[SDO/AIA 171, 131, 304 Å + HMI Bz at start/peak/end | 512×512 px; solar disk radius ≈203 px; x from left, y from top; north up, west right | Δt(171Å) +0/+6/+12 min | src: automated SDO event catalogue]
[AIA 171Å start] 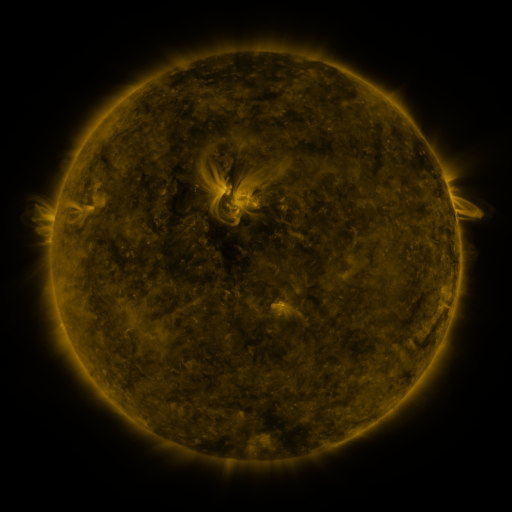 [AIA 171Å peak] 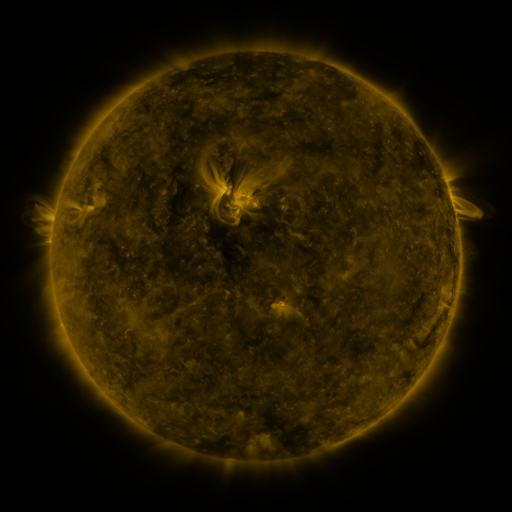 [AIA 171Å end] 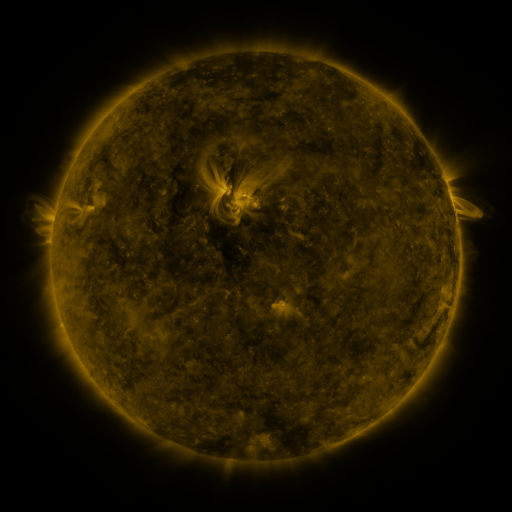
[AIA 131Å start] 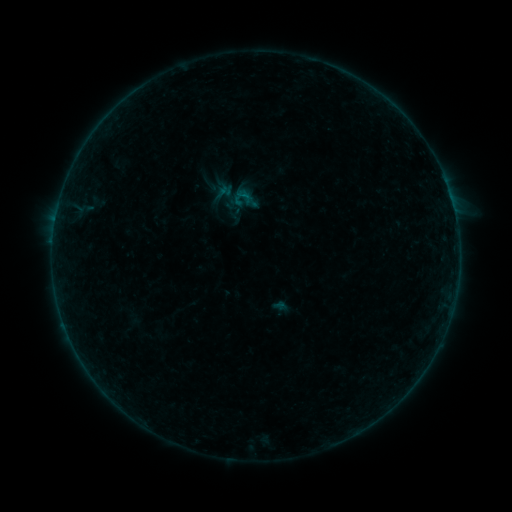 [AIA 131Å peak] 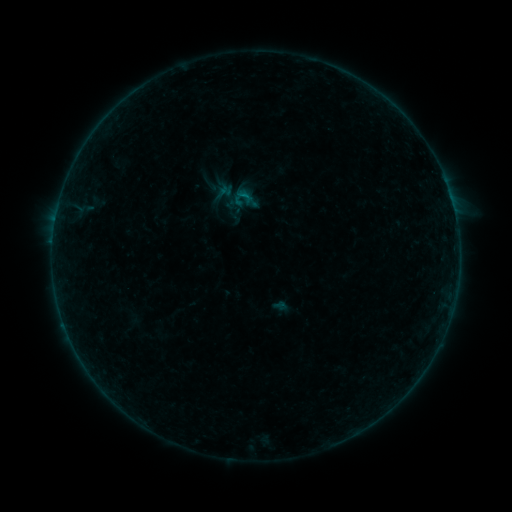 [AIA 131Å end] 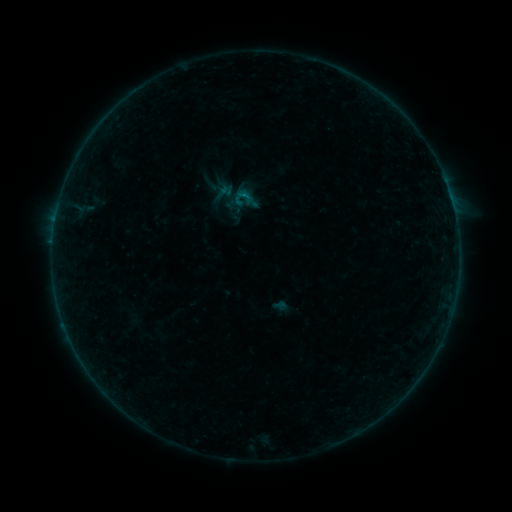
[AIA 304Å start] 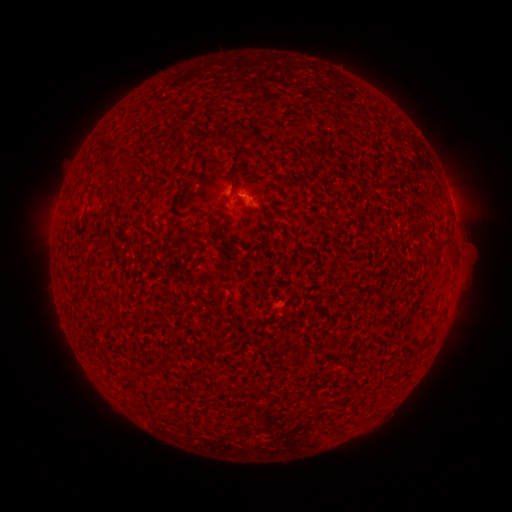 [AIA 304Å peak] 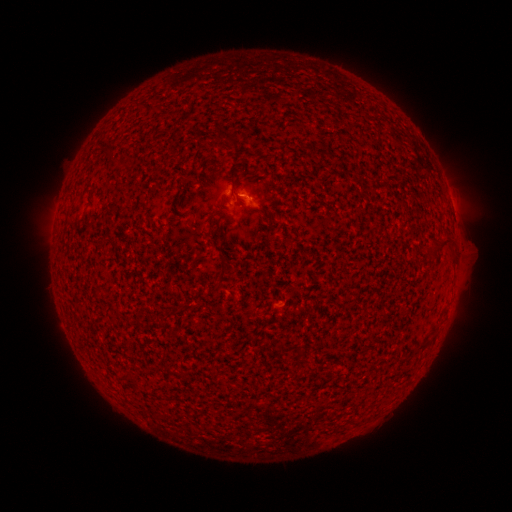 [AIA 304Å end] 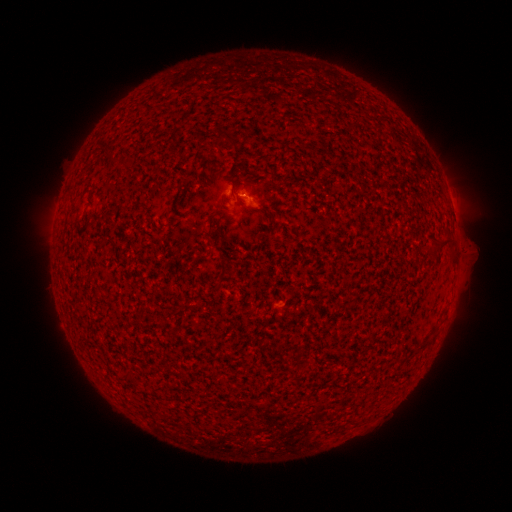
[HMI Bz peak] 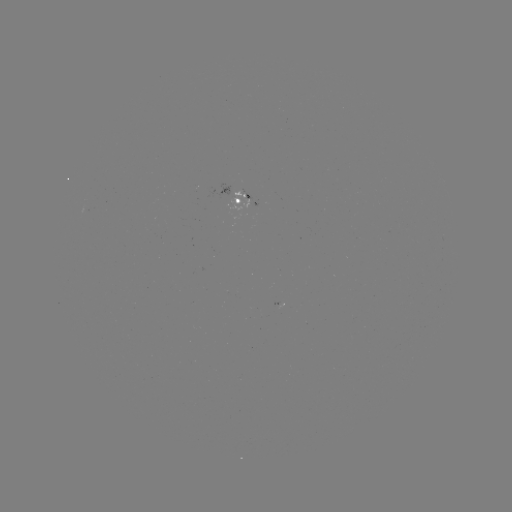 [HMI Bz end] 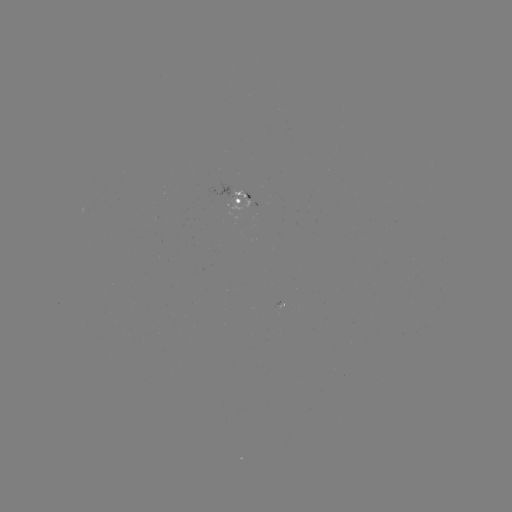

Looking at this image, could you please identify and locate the B1.3 flare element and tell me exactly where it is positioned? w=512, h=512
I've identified B1.3 flare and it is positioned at [245, 197].